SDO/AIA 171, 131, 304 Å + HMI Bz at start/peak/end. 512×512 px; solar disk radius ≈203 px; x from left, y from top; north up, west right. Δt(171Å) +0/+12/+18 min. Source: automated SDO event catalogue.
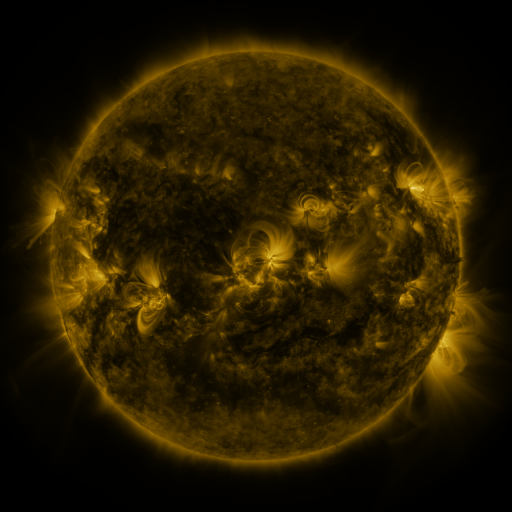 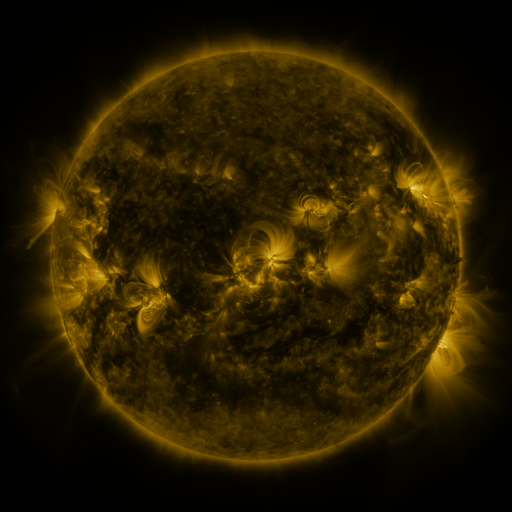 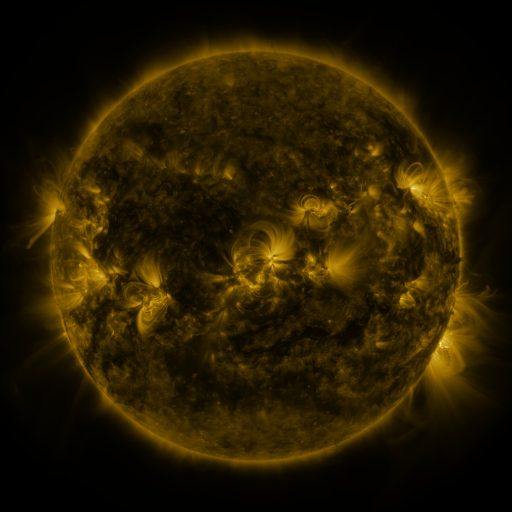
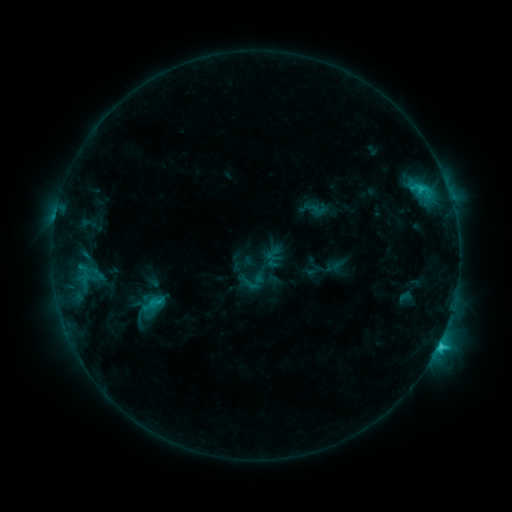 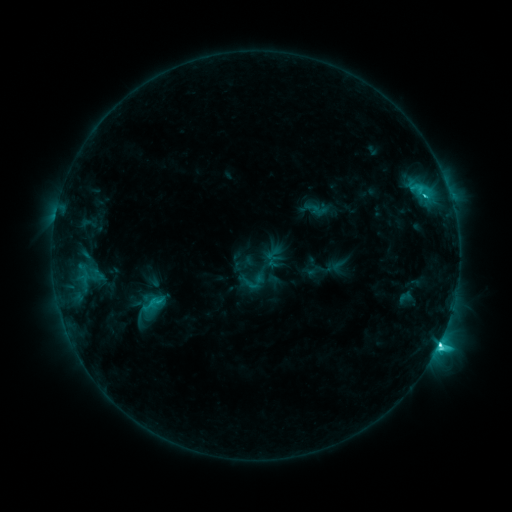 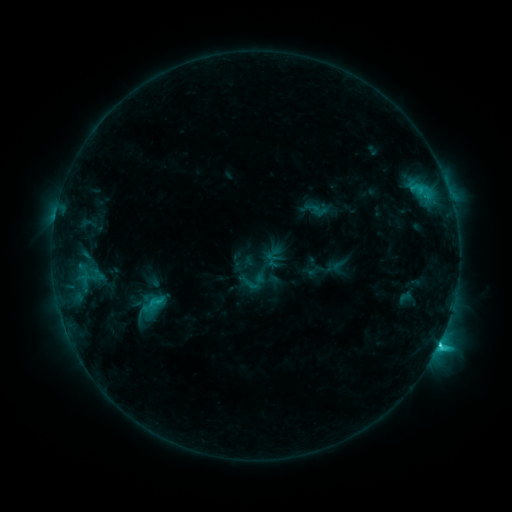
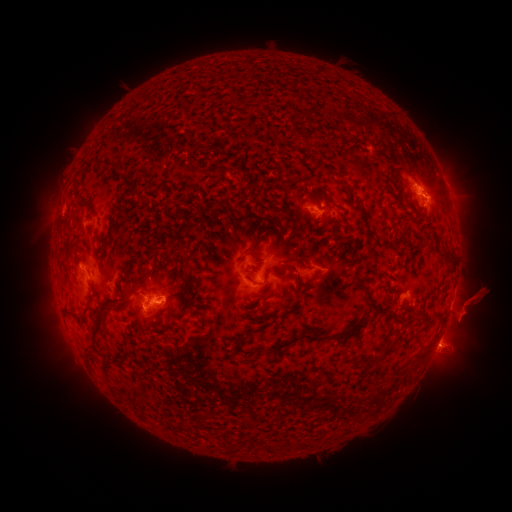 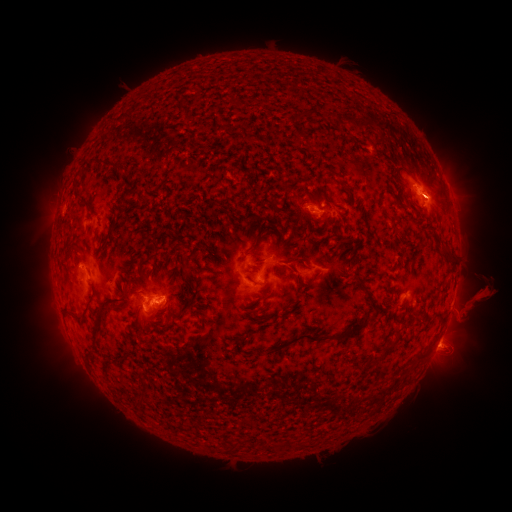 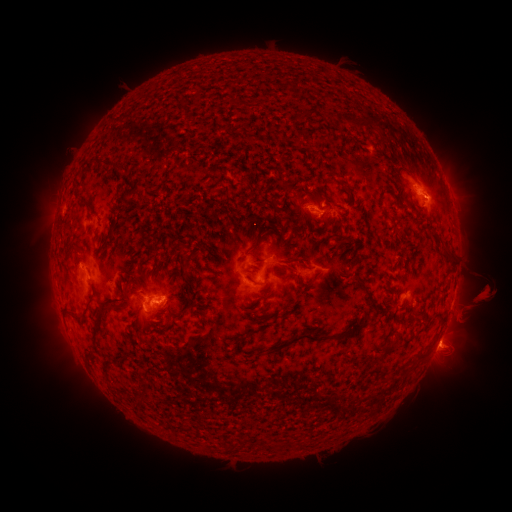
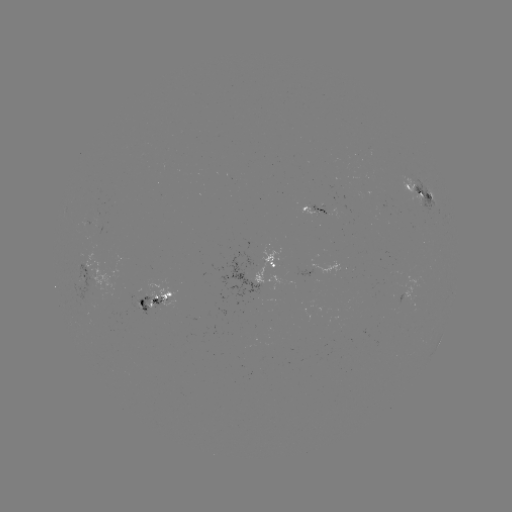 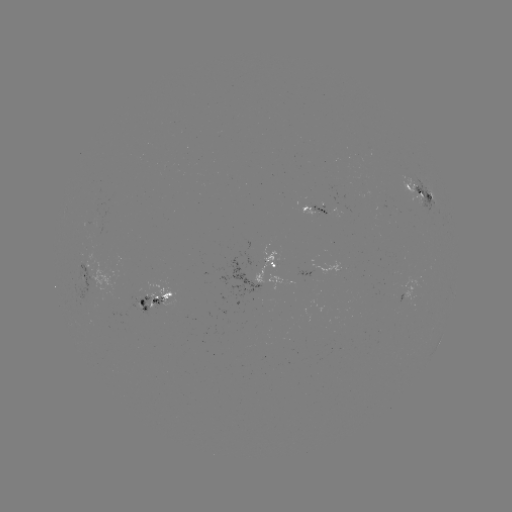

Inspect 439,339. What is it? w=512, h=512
C6.7 flare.